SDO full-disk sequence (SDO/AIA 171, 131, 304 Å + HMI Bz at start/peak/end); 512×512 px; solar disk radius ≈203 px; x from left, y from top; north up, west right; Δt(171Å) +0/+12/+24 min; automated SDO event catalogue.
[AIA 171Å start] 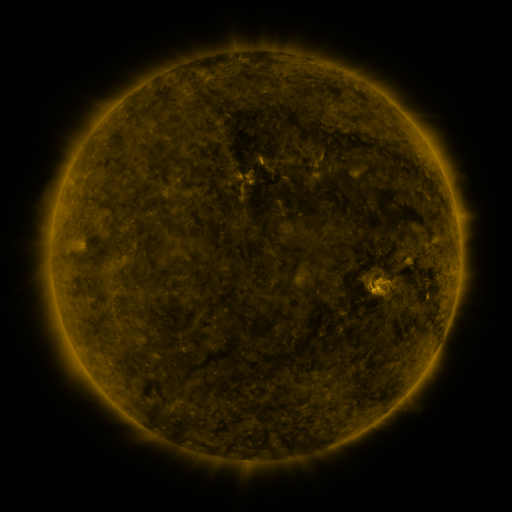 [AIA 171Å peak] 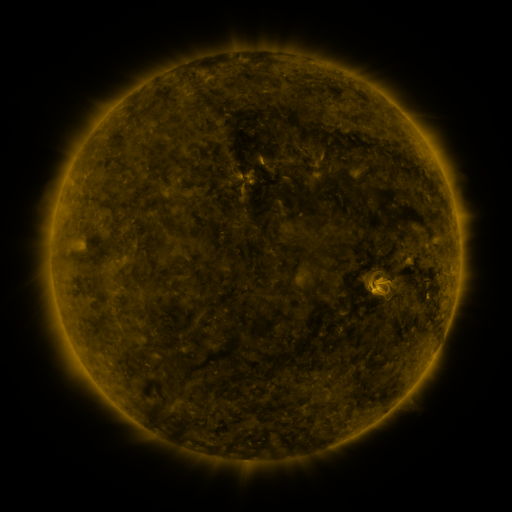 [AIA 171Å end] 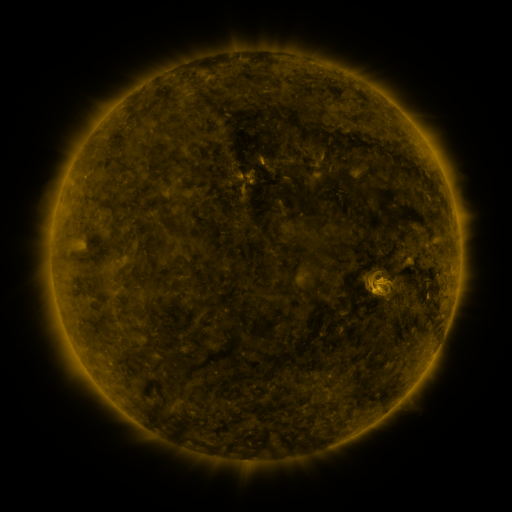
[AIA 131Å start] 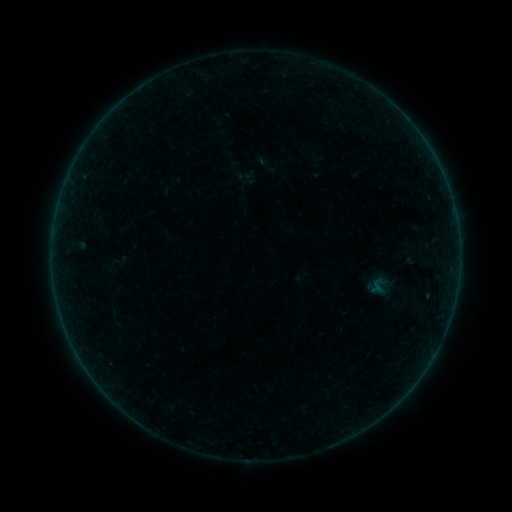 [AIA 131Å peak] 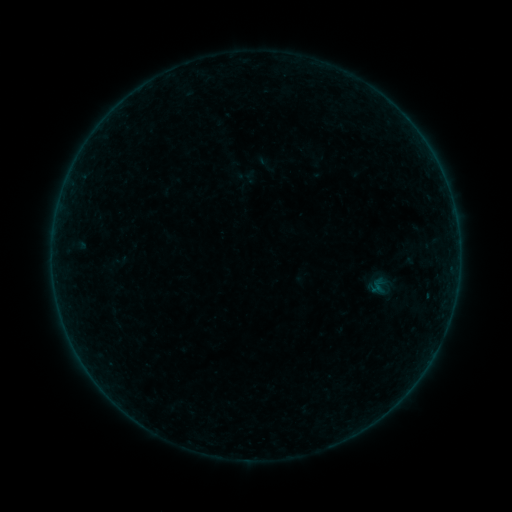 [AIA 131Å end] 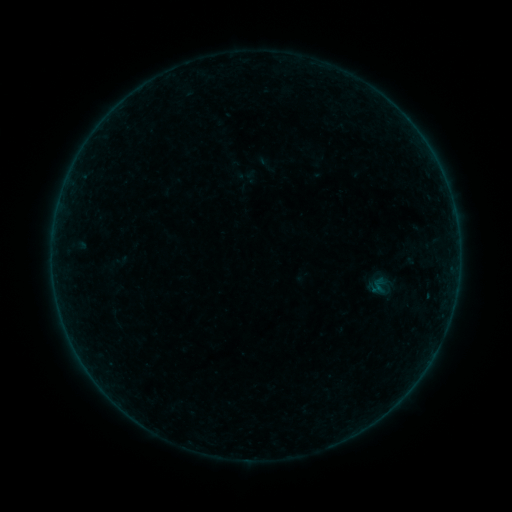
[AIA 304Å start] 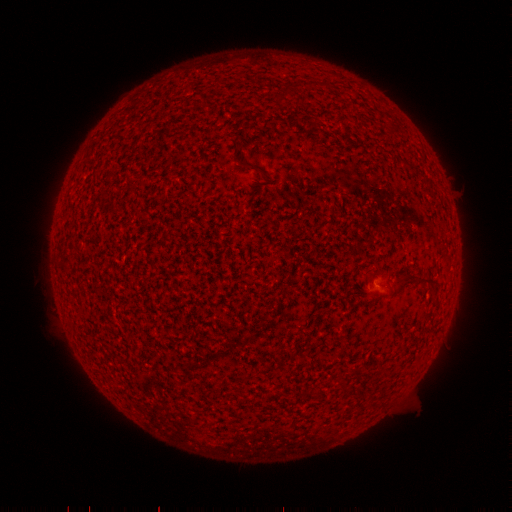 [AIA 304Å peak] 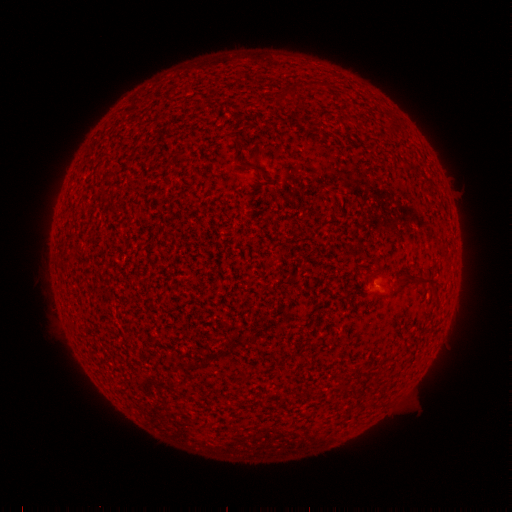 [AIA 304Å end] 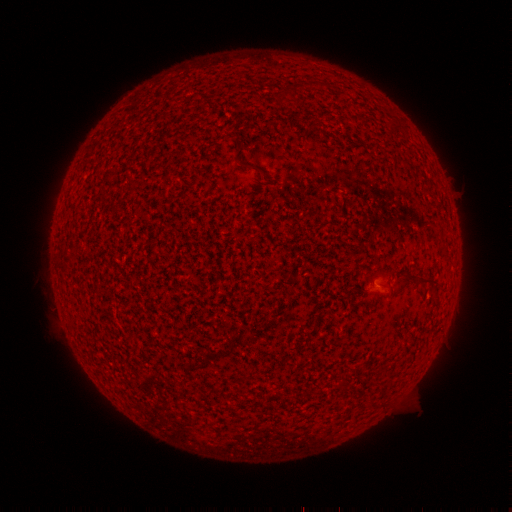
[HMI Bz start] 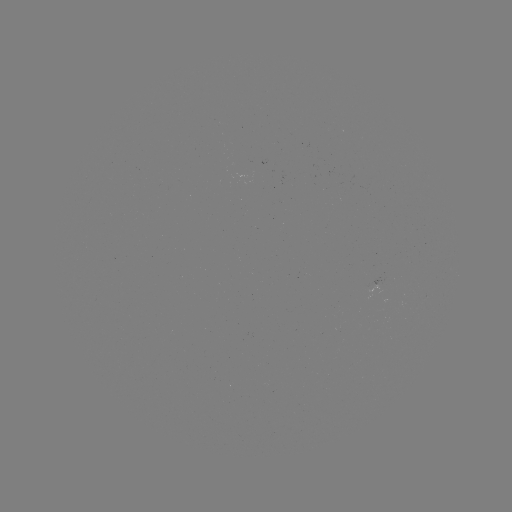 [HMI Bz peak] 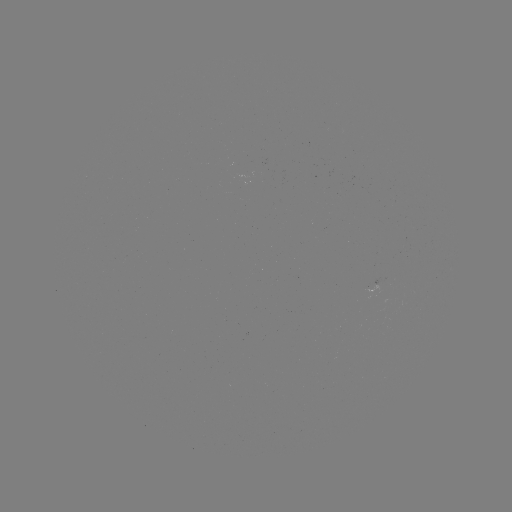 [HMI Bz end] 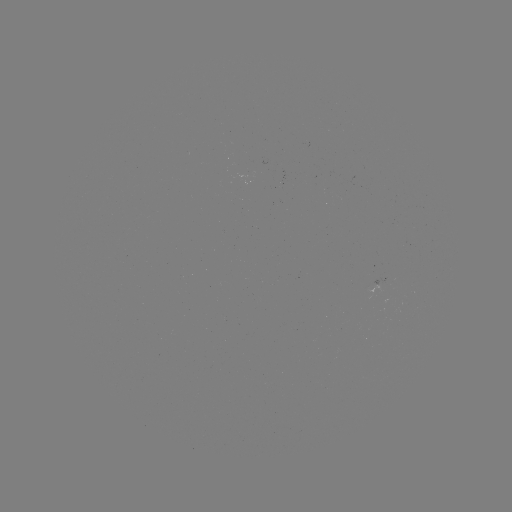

no classed flare was catalogued and no EUV brightening was flagged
